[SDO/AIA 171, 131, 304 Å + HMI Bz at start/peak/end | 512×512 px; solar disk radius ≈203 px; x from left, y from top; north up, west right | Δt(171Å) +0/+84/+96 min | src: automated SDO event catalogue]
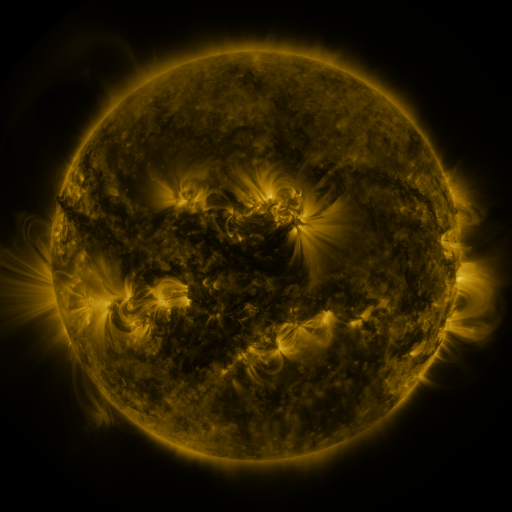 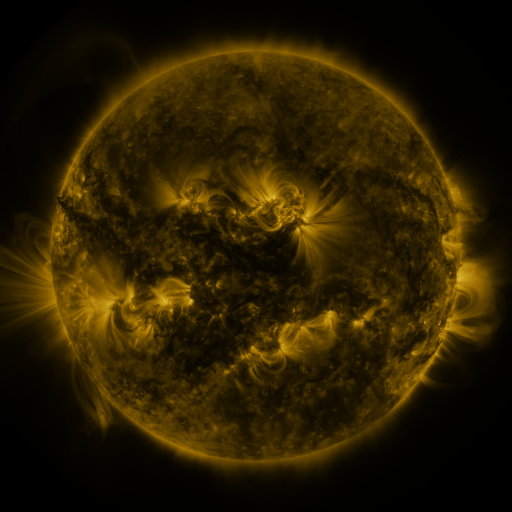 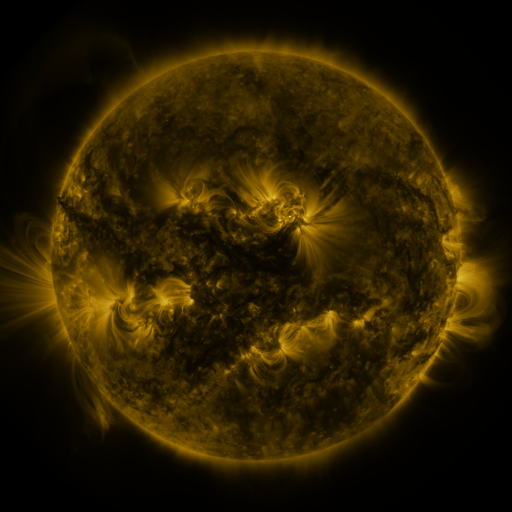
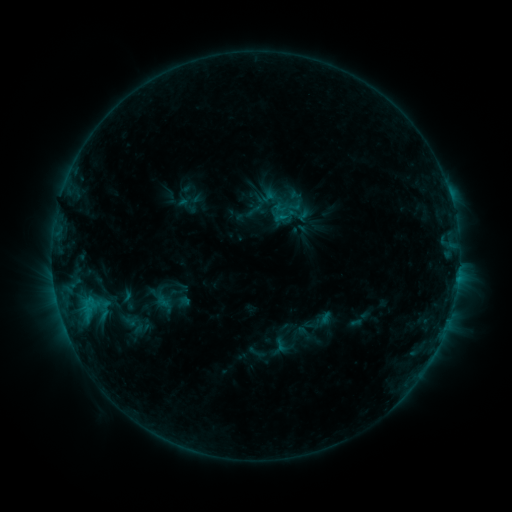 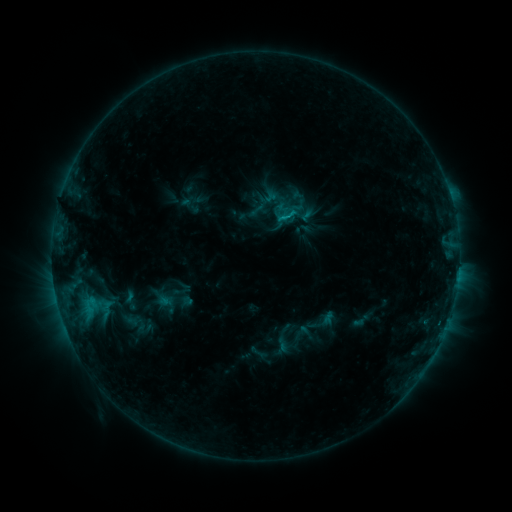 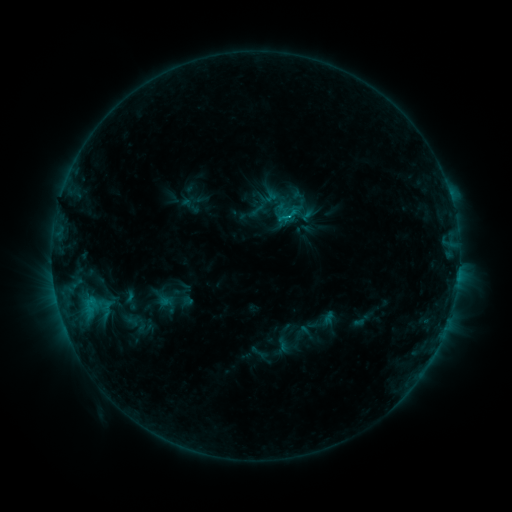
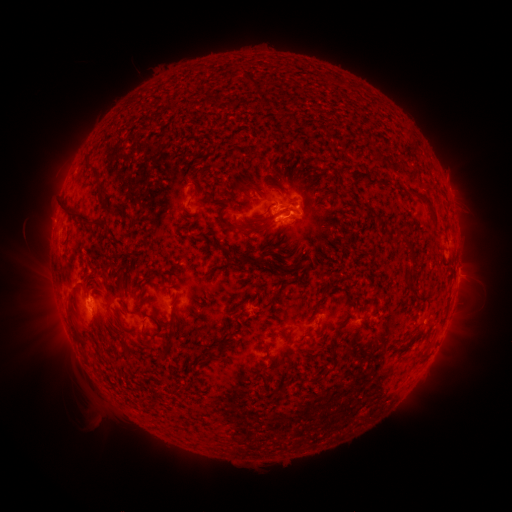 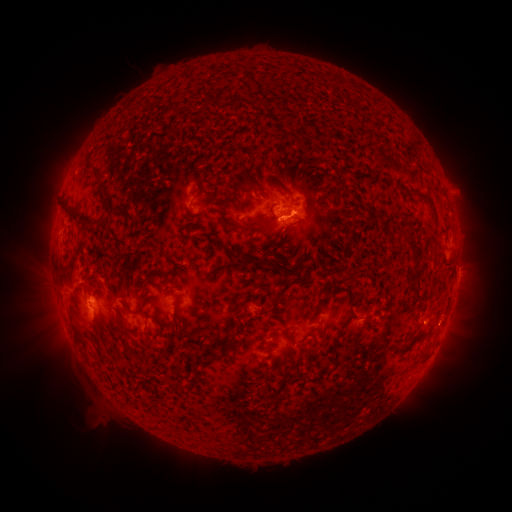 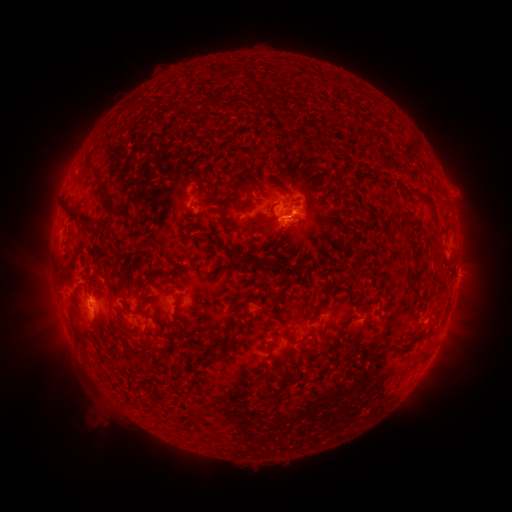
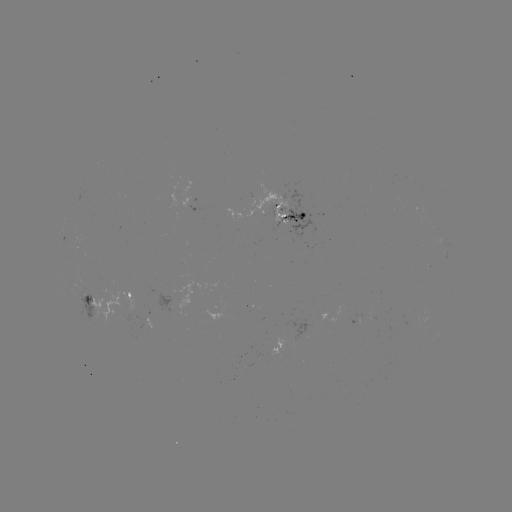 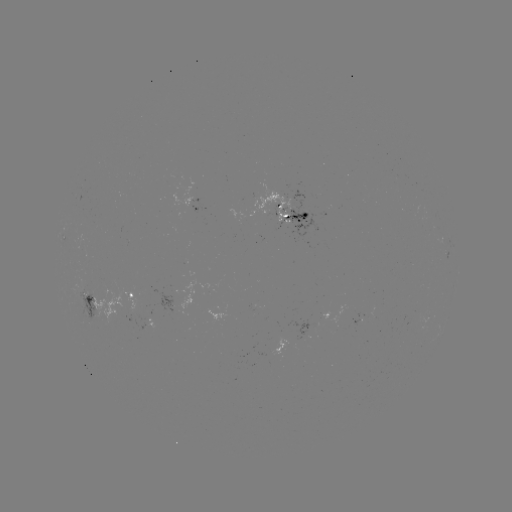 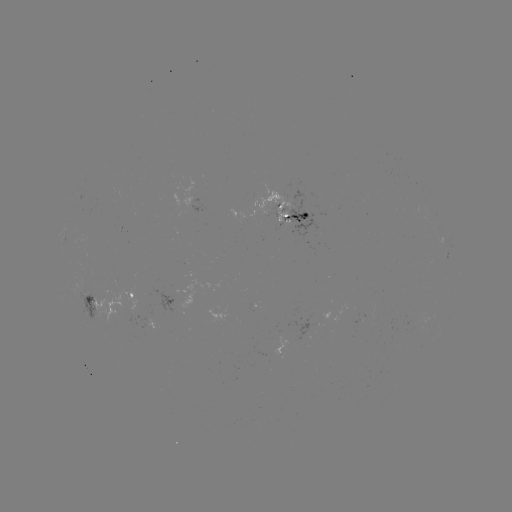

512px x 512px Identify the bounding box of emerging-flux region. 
[284, 222, 293, 235].